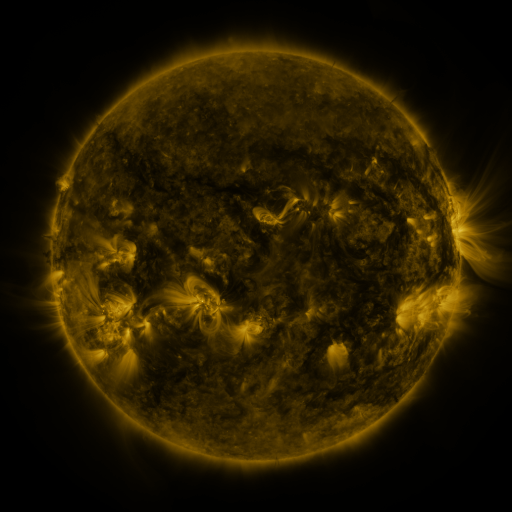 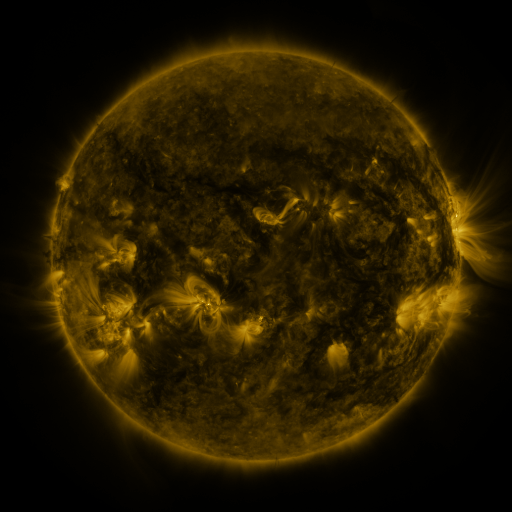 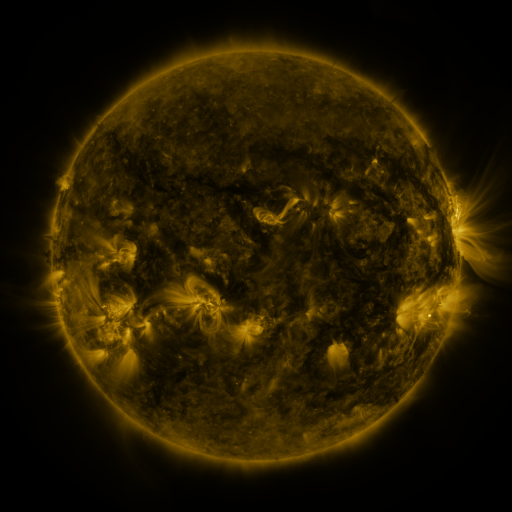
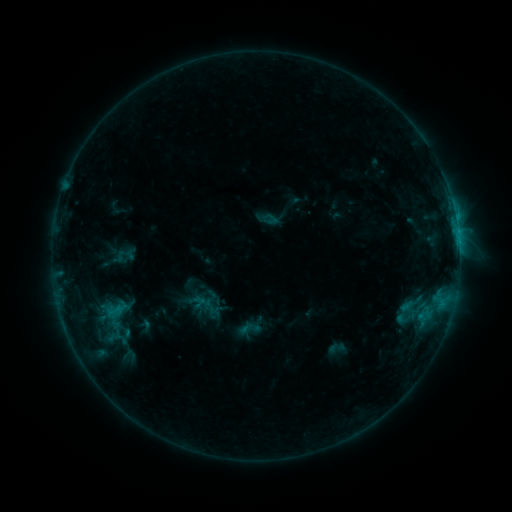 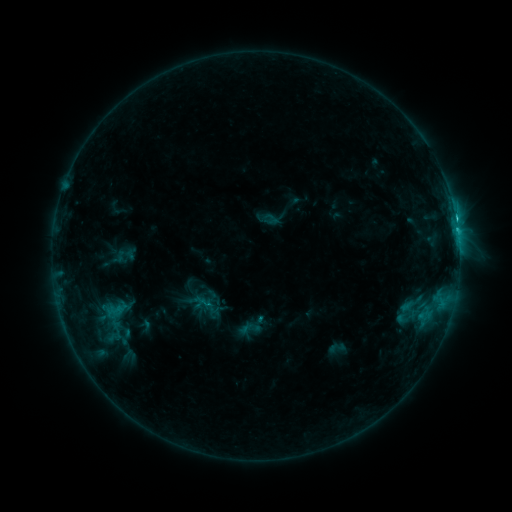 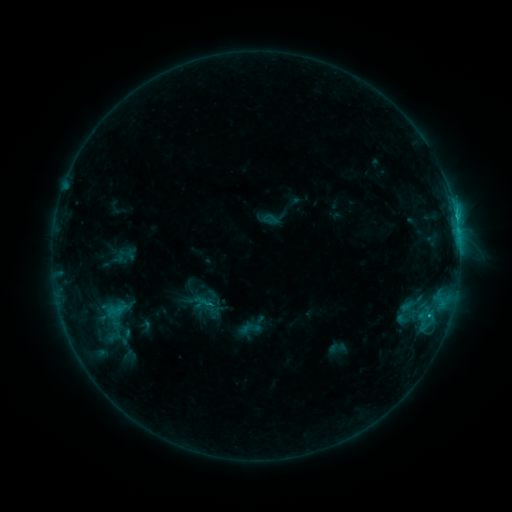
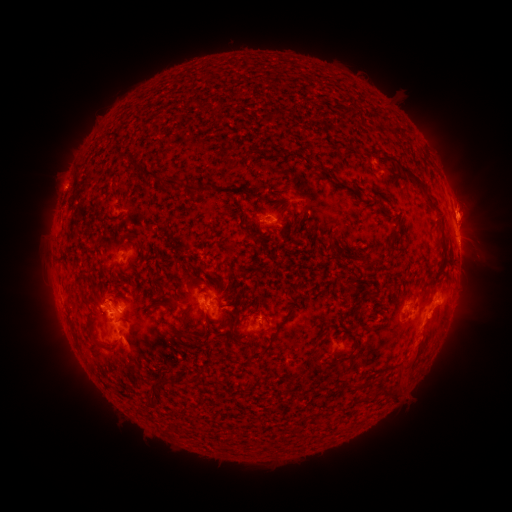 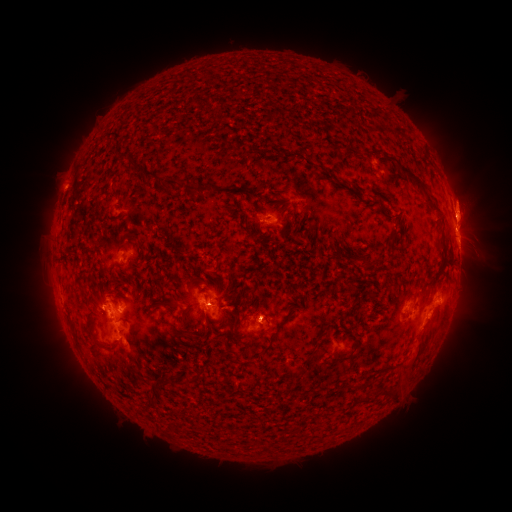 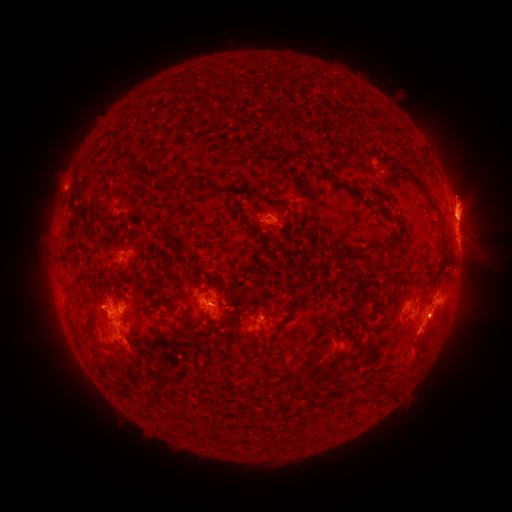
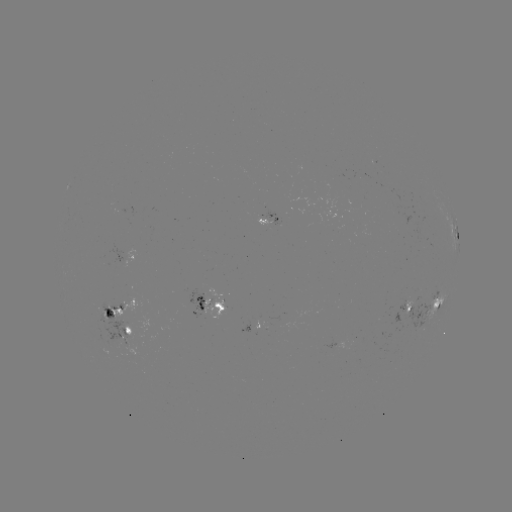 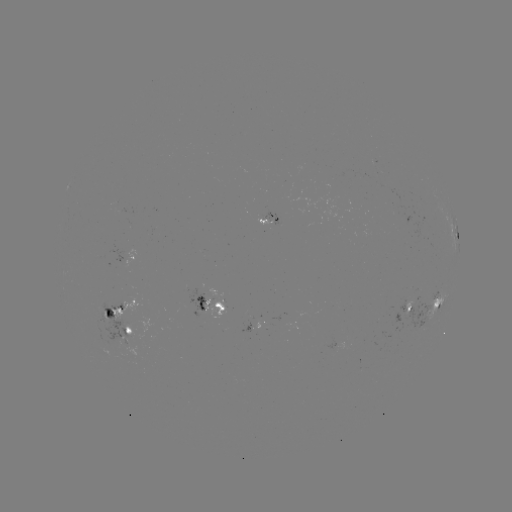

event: eruption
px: (468, 197)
